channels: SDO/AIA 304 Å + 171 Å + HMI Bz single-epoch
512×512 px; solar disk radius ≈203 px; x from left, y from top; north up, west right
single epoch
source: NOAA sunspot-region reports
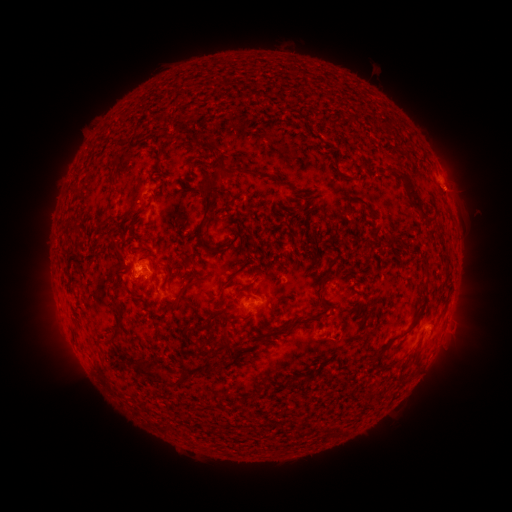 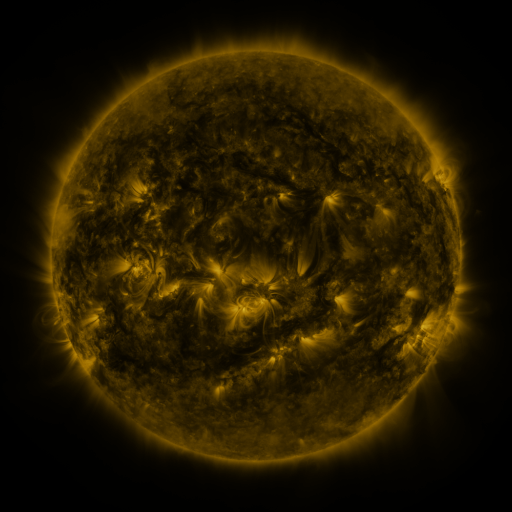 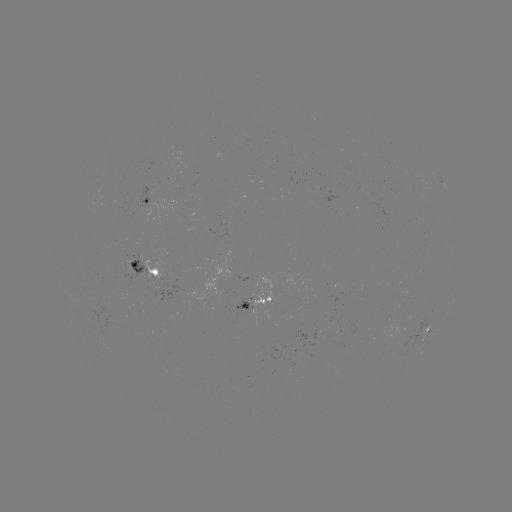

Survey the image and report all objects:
spotted active region: (443, 183)
spotted active region: (153, 201)
spotted active region: (157, 267)
spotted active region: (252, 304)
spotted active region: (431, 334)
